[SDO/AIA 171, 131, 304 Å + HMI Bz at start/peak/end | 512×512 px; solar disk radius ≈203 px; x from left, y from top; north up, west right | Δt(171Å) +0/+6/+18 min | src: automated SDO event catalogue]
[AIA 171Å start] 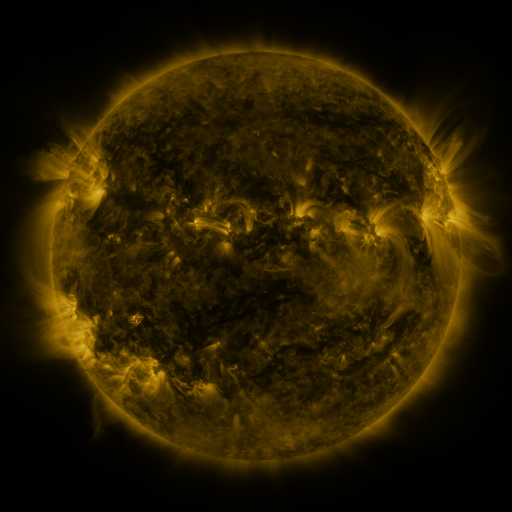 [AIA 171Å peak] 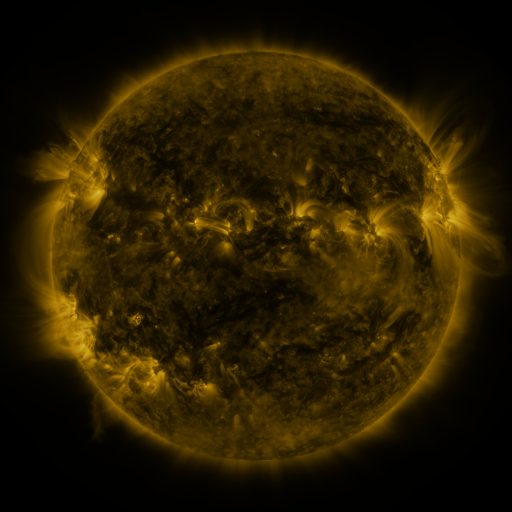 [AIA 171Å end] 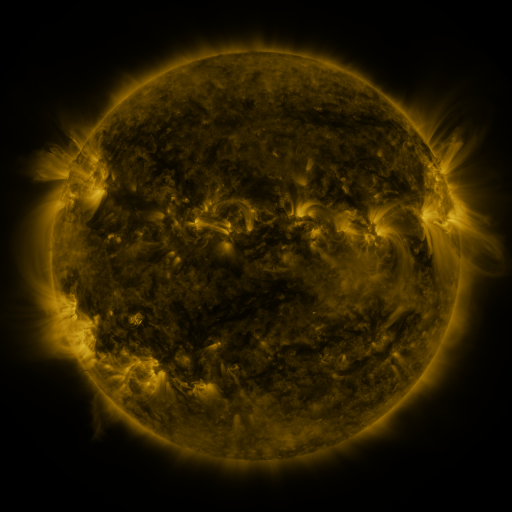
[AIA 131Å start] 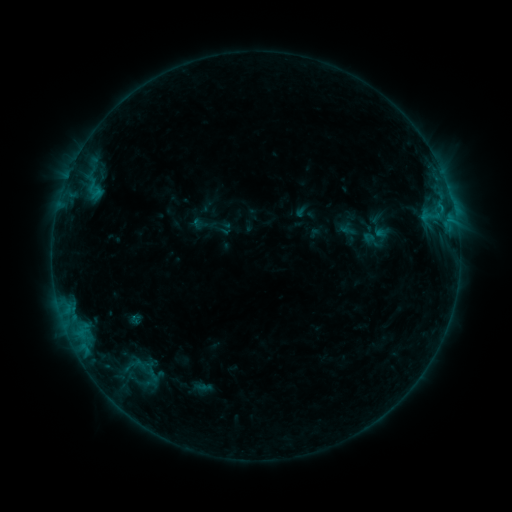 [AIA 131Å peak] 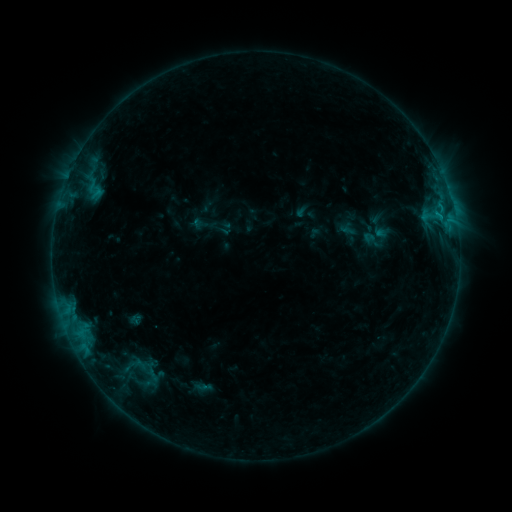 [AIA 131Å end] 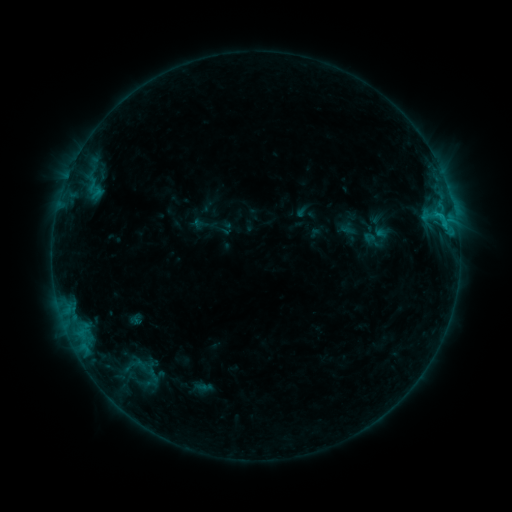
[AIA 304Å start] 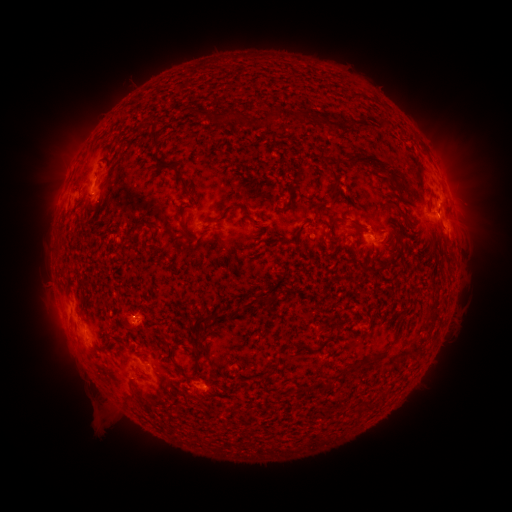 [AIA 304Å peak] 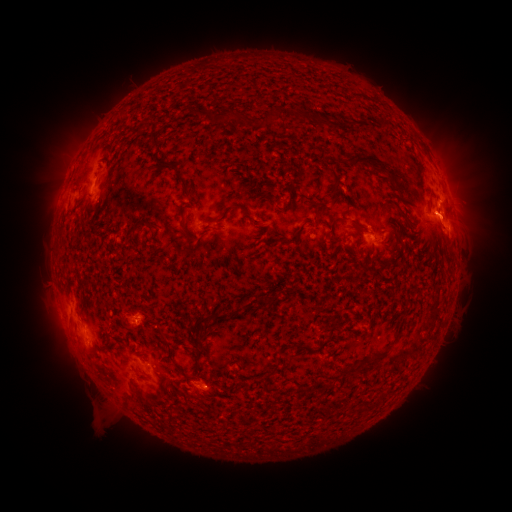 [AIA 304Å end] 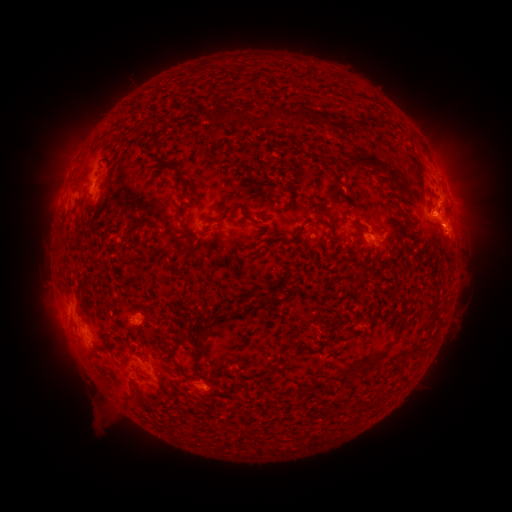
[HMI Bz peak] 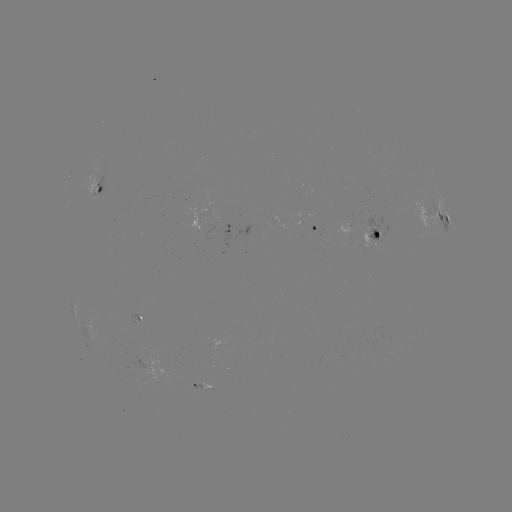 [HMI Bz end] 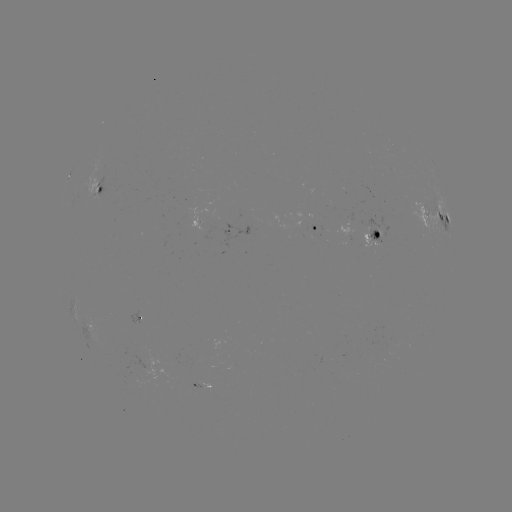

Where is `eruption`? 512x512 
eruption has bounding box [425, 199, 481, 253].